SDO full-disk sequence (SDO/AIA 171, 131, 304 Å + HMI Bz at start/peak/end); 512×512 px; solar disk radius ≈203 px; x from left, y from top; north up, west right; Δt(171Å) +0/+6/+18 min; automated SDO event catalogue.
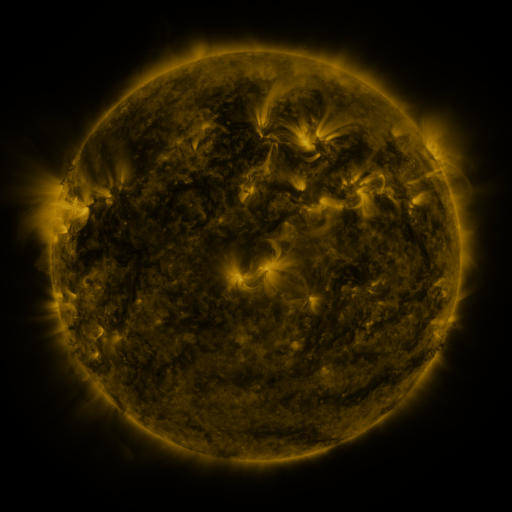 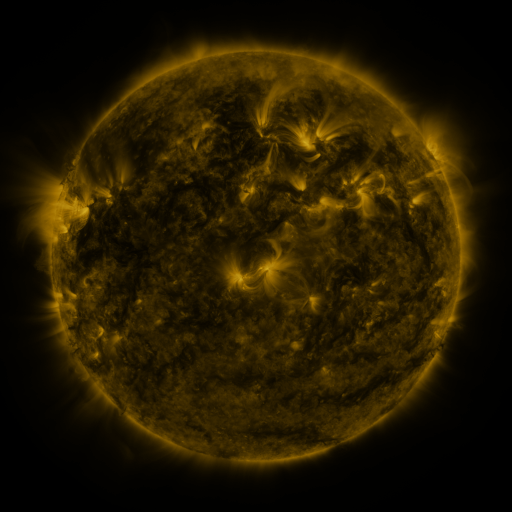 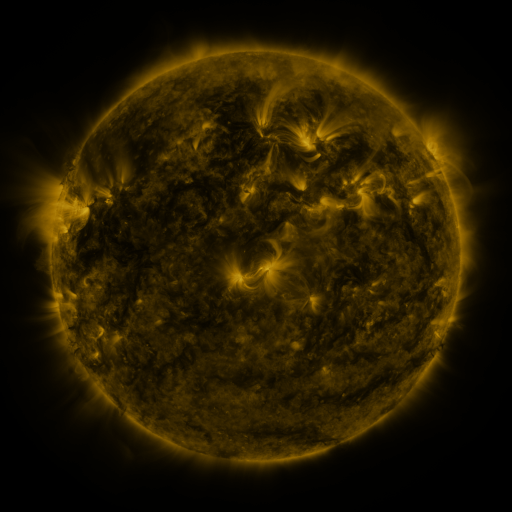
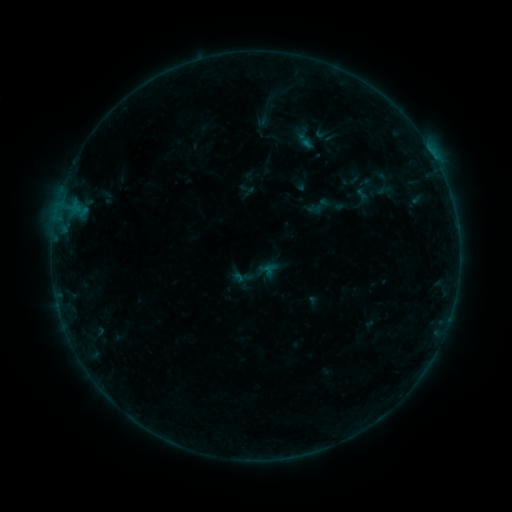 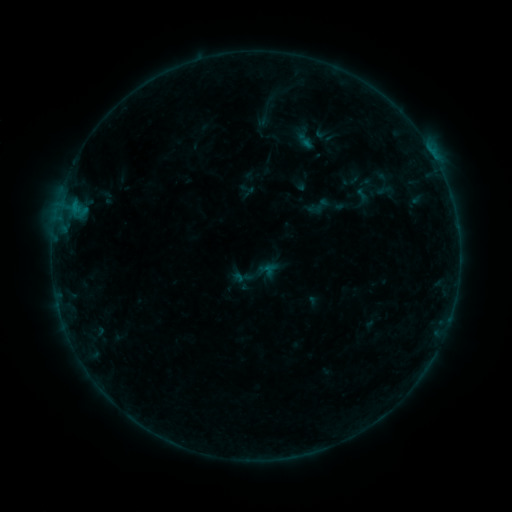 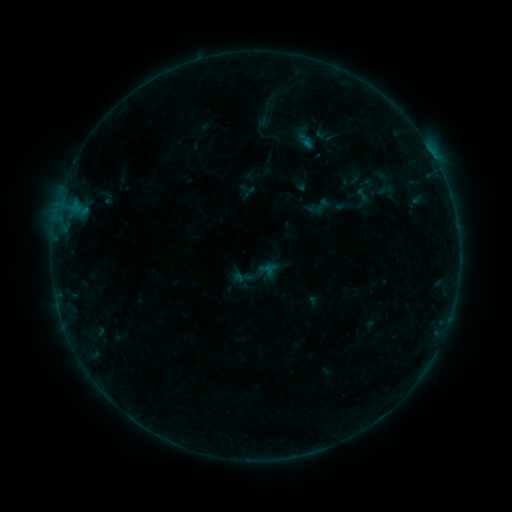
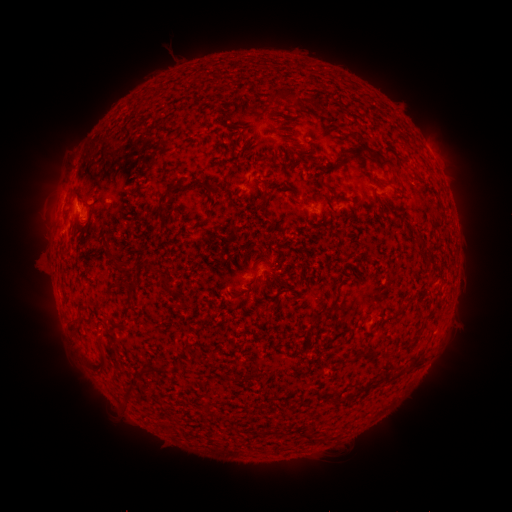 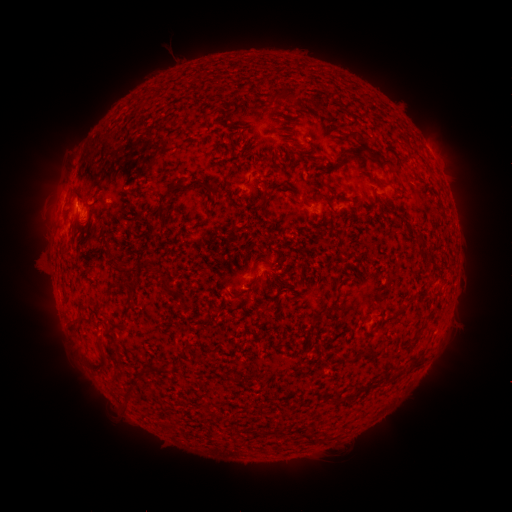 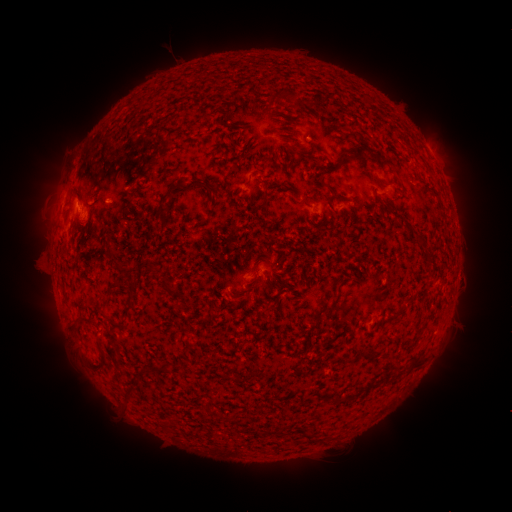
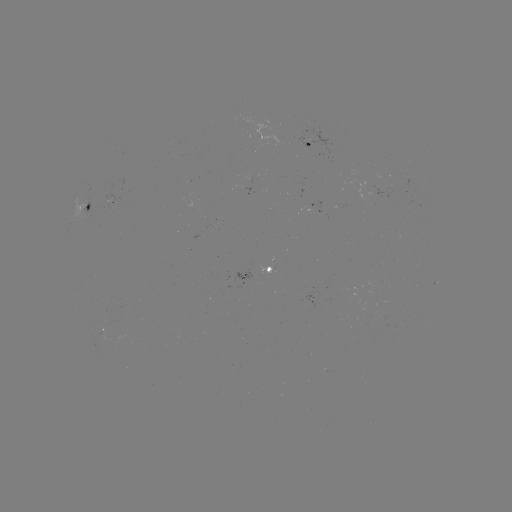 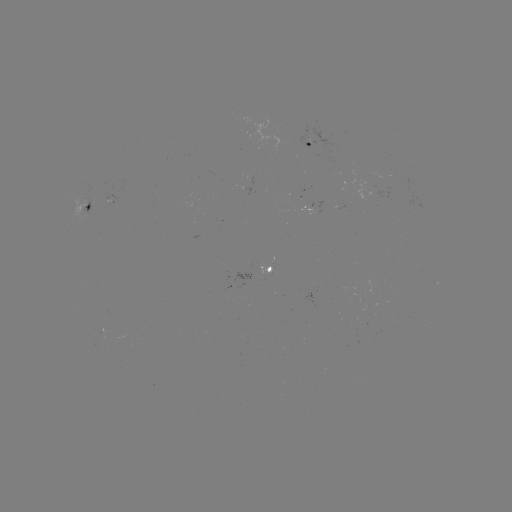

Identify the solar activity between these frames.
B2.3 flare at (74, 208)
